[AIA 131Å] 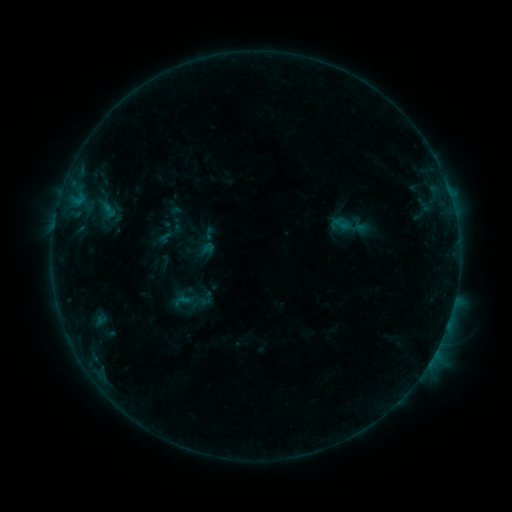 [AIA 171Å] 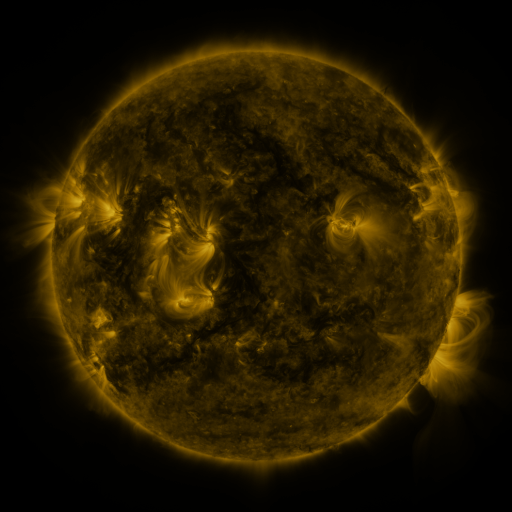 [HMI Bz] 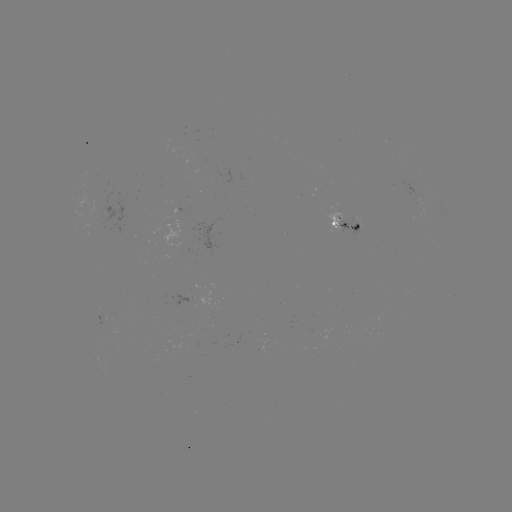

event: sigmoid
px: (182, 301)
